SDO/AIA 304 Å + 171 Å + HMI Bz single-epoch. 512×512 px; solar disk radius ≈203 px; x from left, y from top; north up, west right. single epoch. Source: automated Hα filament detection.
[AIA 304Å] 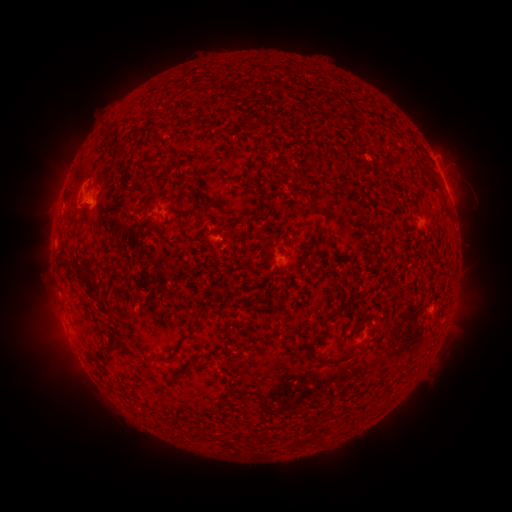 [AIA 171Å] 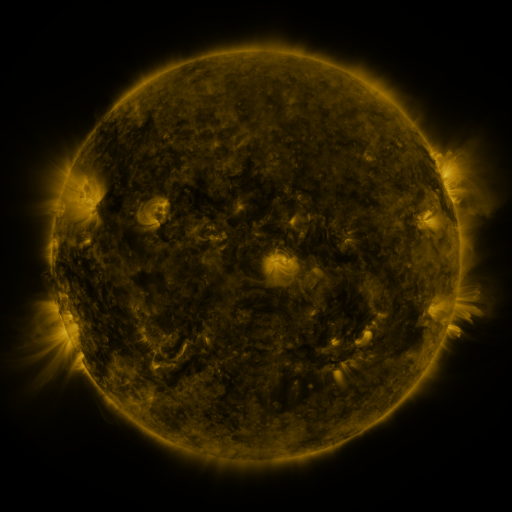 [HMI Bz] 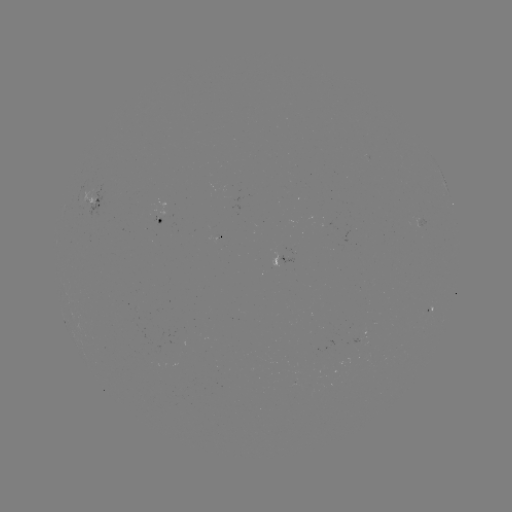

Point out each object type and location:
filament: (132, 182, 153, 194)
filament: (307, 198, 327, 216)
filament: (197, 200, 215, 214)
filament: (262, 201, 276, 223)
filament: (241, 235, 247, 248)
filament: (62, 257, 87, 275)
filament: (87, 275, 98, 285)
filament: (326, 310, 338, 320)
filament: (187, 325, 196, 336)
filament: (305, 334, 351, 366)
filament: (96, 342, 111, 359)
